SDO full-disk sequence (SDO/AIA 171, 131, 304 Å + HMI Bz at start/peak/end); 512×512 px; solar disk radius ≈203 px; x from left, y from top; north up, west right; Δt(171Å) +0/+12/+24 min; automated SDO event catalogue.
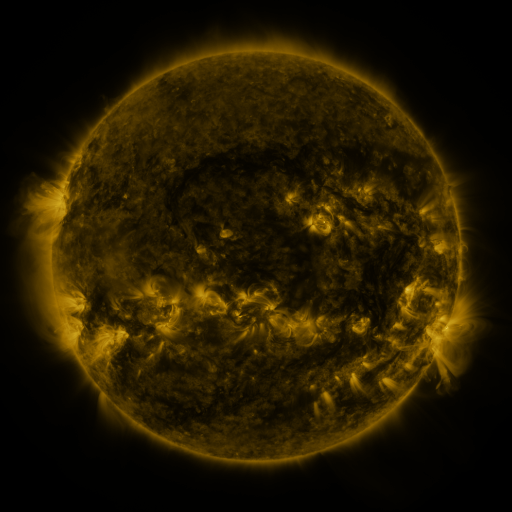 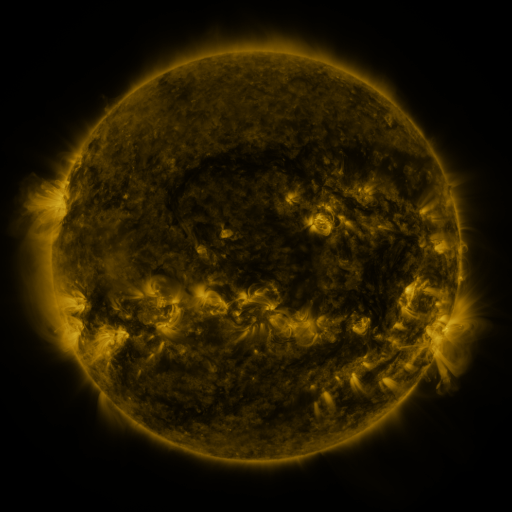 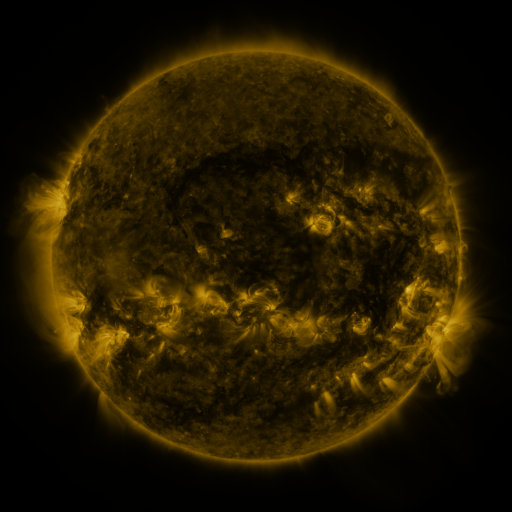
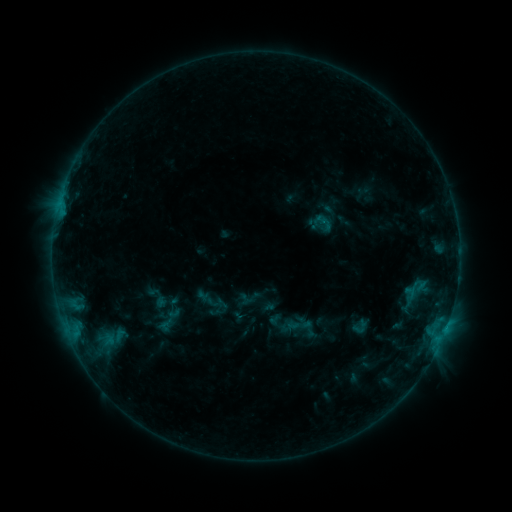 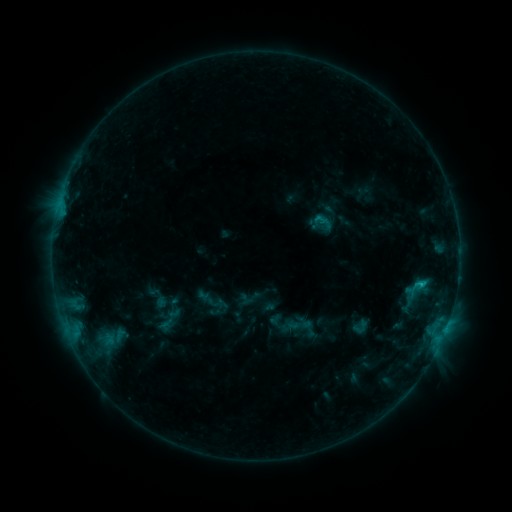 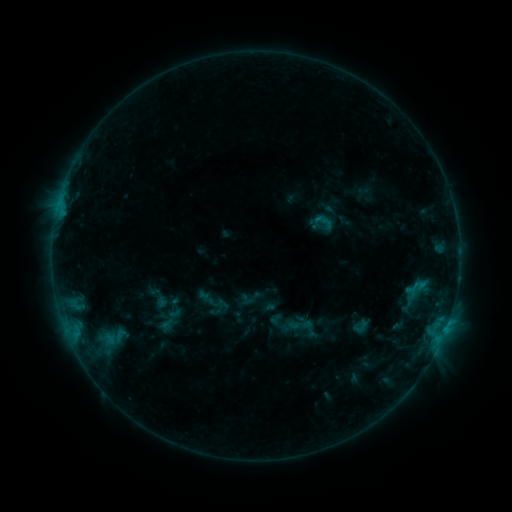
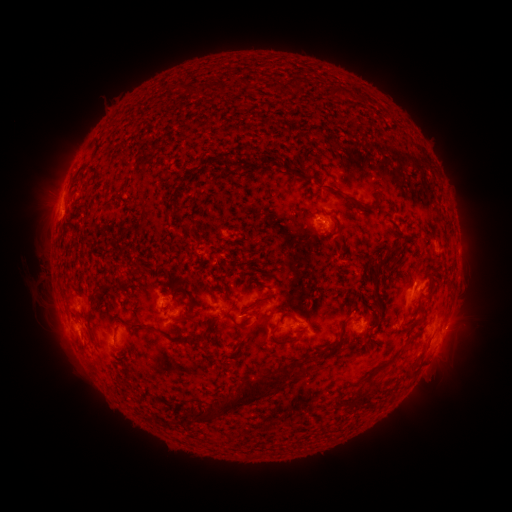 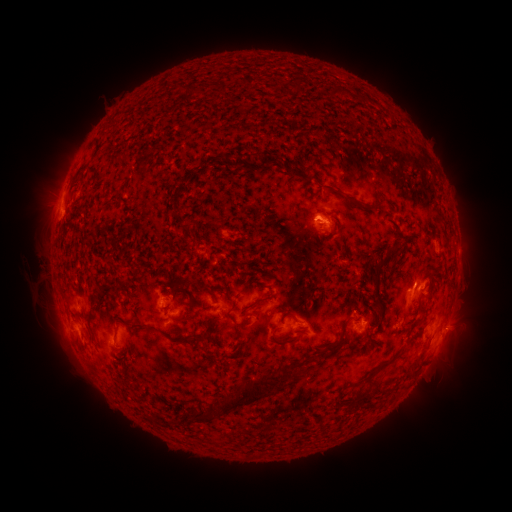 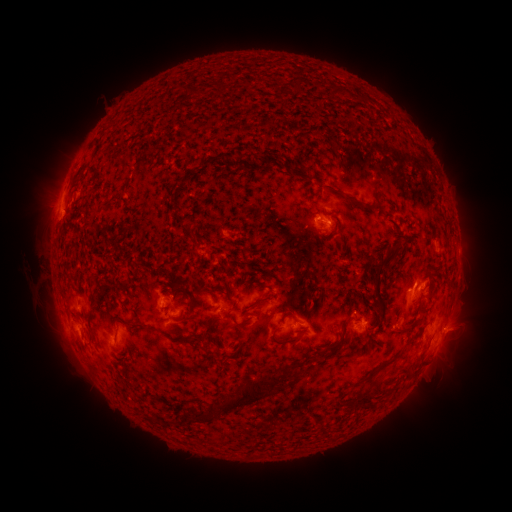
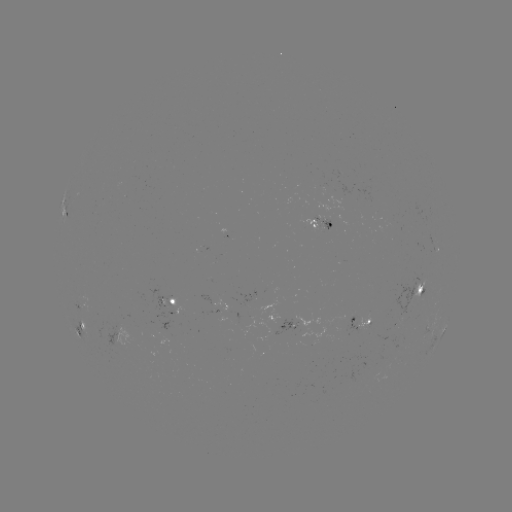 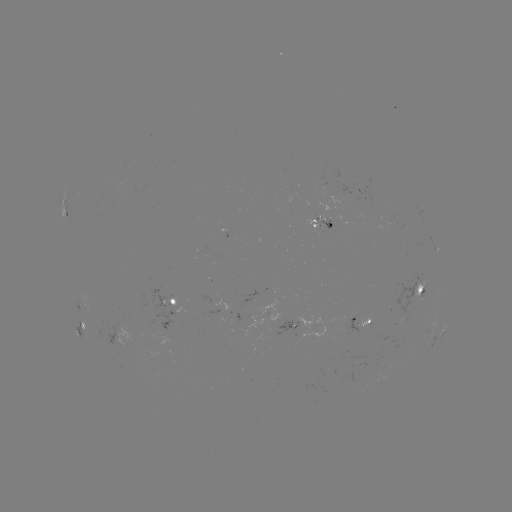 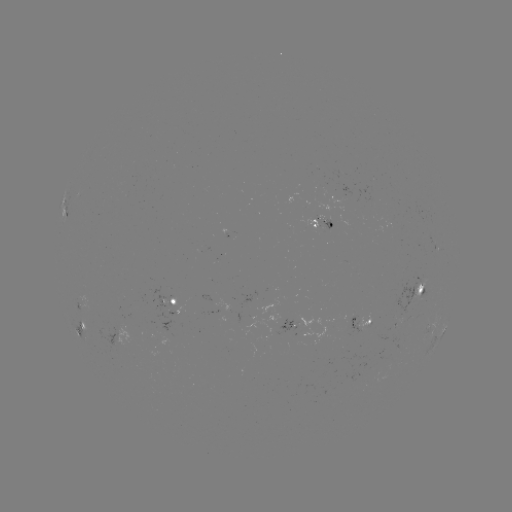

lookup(C1.0 flare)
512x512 (420, 284)